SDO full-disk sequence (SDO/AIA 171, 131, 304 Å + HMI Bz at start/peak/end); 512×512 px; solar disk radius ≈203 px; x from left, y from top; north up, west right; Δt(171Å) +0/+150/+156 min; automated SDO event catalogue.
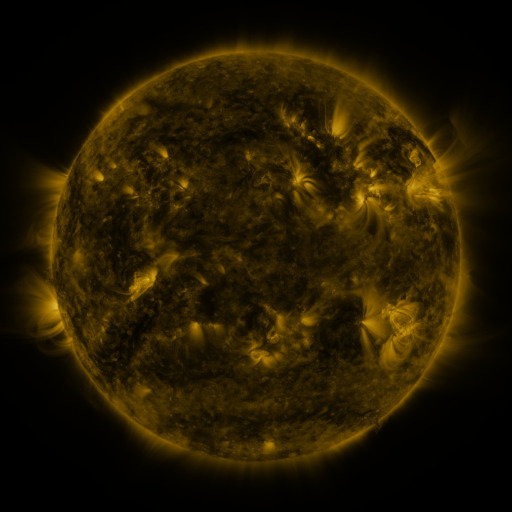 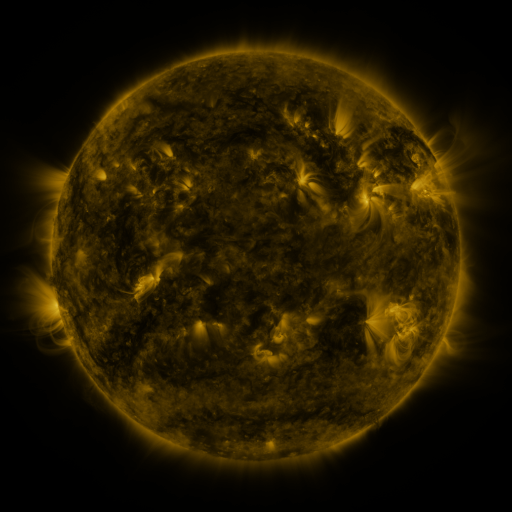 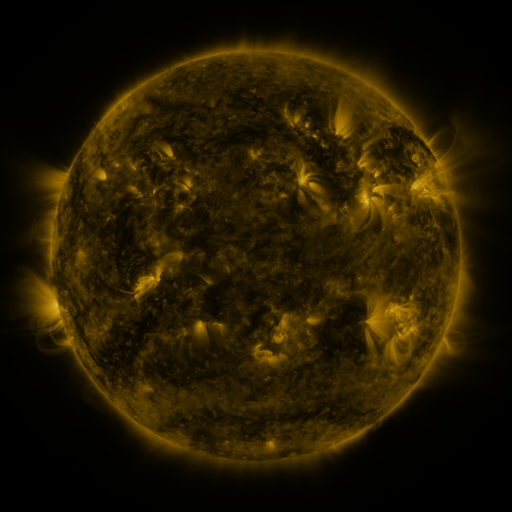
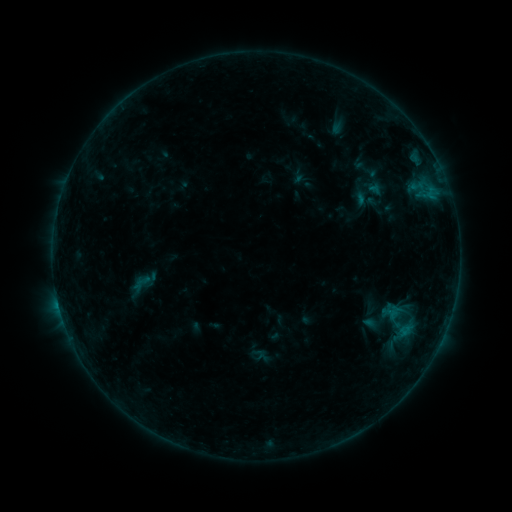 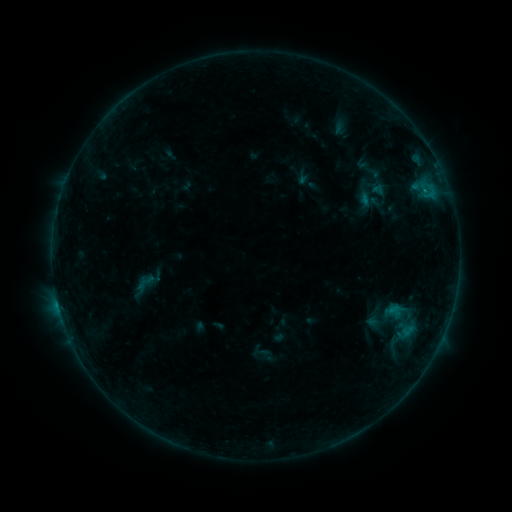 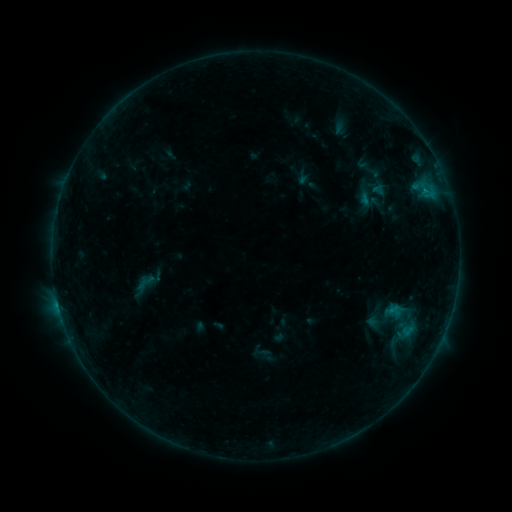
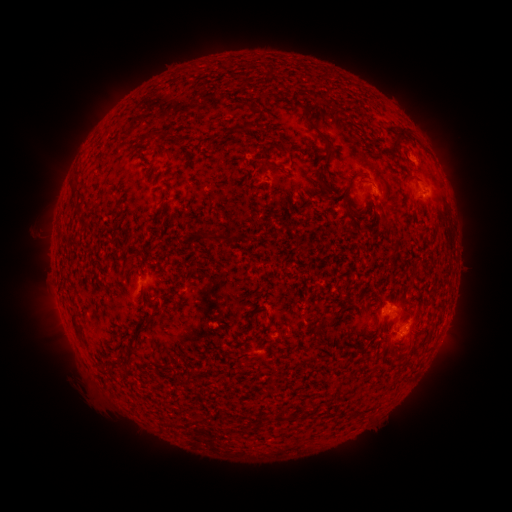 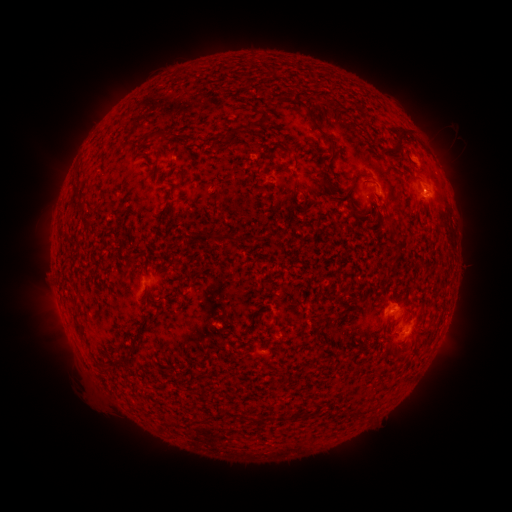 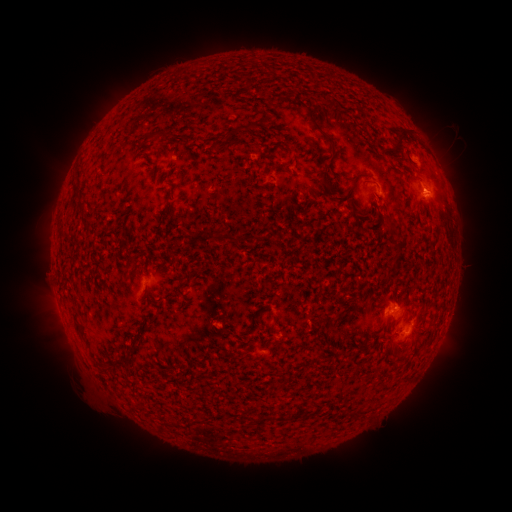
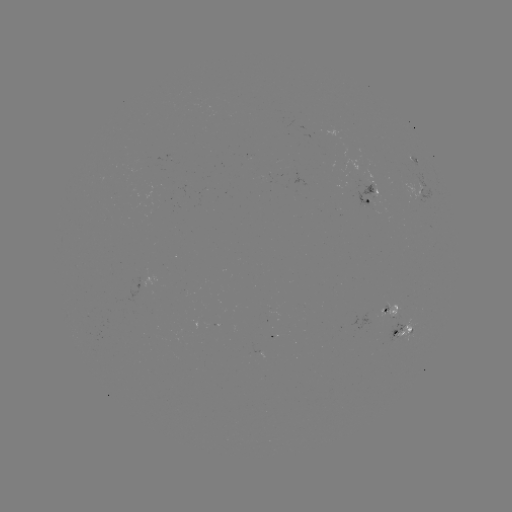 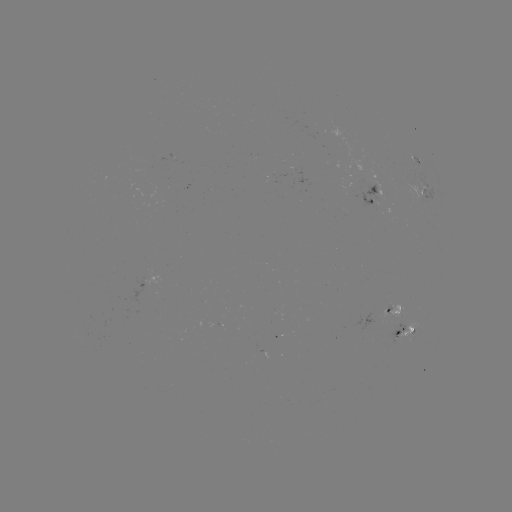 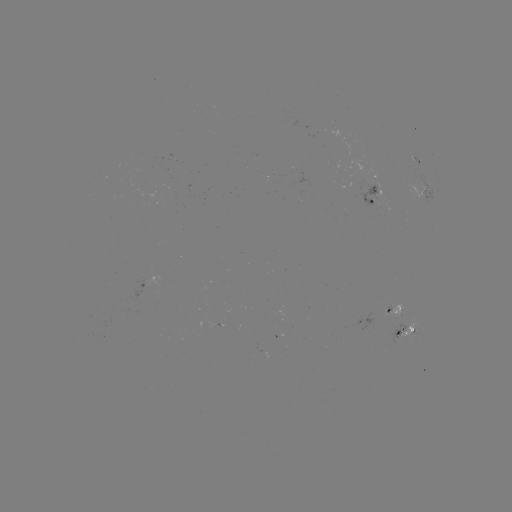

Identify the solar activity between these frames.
B3.9 flare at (425, 194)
